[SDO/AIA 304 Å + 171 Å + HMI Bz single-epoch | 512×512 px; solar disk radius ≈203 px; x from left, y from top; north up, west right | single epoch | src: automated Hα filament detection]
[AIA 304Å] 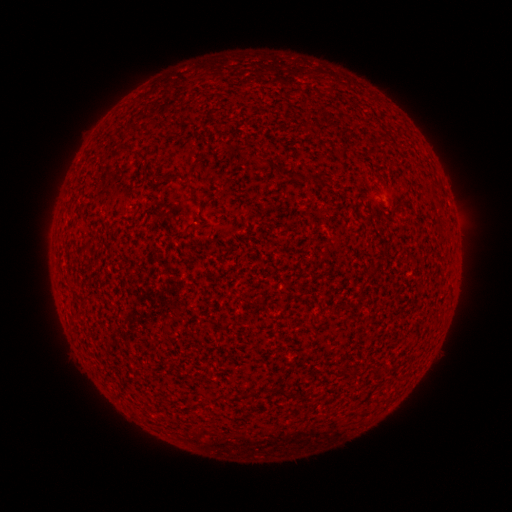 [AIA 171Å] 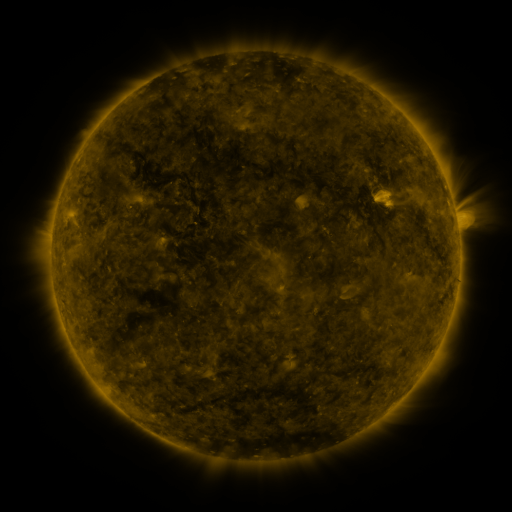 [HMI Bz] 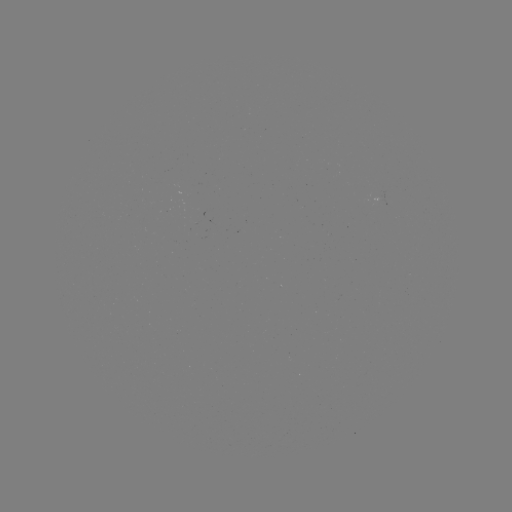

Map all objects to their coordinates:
filament: [381, 130, 391, 141]
filament: [257, 158, 267, 165]
